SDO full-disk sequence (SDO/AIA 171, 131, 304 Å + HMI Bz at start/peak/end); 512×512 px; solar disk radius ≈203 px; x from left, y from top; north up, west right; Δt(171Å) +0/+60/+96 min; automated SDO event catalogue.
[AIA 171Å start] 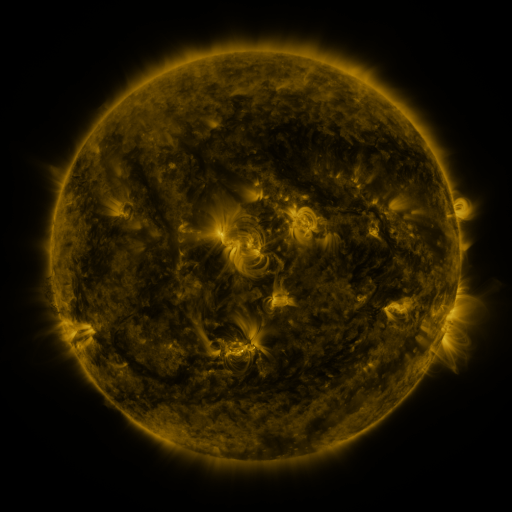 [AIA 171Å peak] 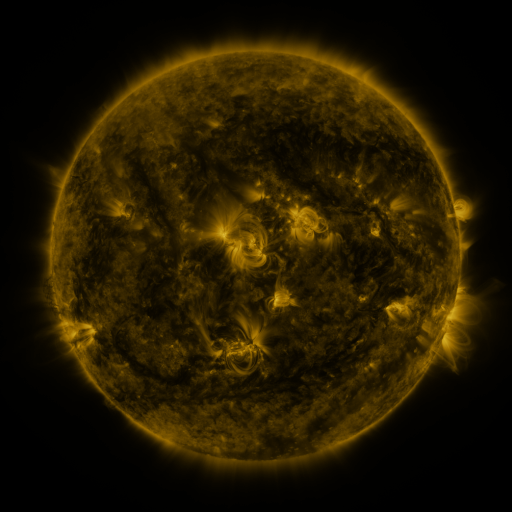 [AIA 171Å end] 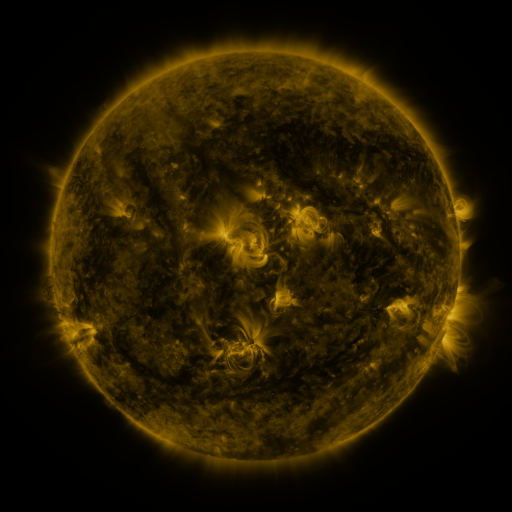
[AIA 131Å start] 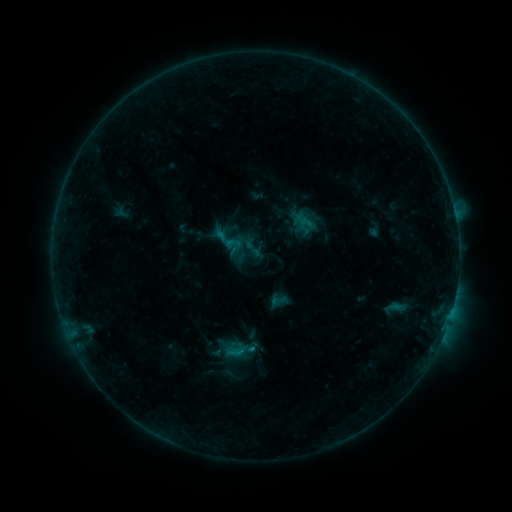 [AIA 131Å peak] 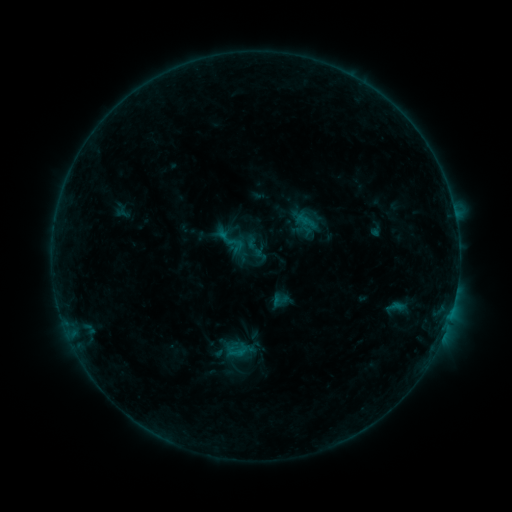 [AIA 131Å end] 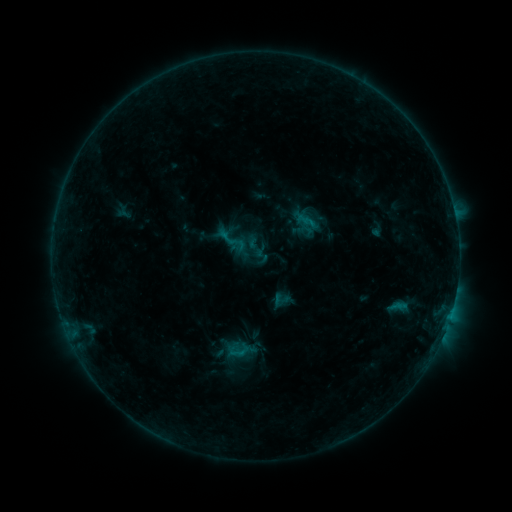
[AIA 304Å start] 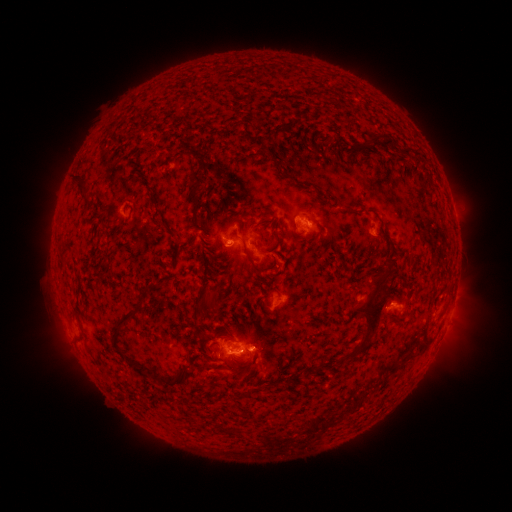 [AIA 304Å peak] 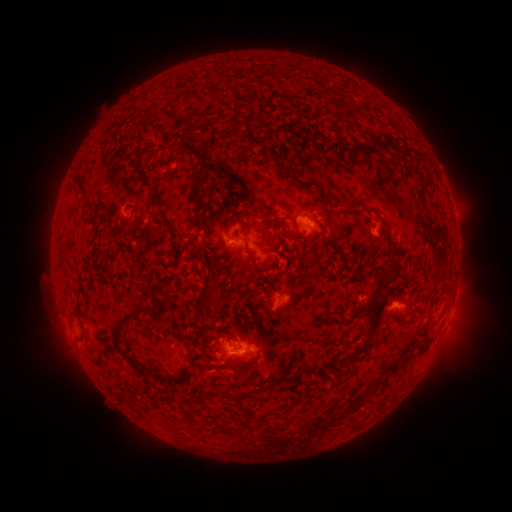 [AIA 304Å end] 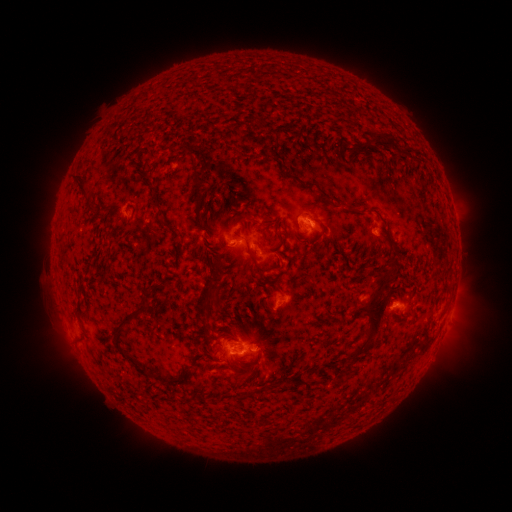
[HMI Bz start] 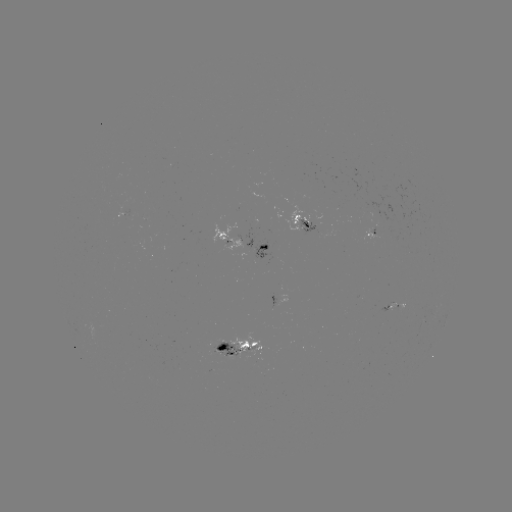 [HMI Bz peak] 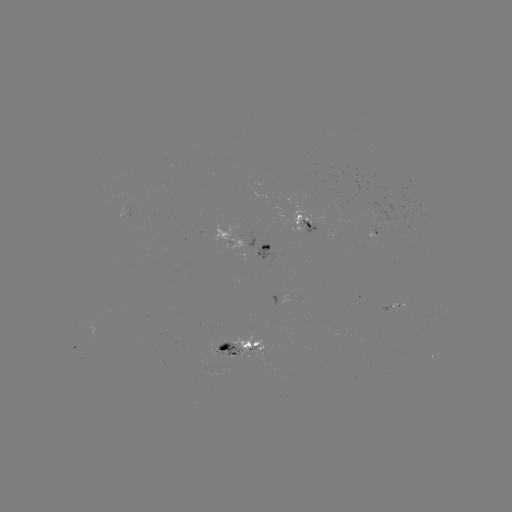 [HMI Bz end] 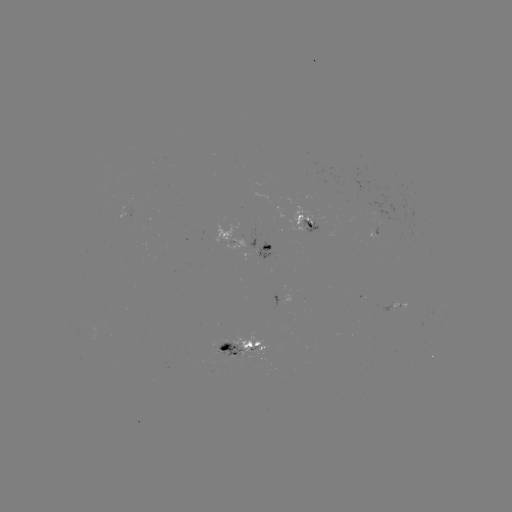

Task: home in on emerging-flux region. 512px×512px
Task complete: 128,211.